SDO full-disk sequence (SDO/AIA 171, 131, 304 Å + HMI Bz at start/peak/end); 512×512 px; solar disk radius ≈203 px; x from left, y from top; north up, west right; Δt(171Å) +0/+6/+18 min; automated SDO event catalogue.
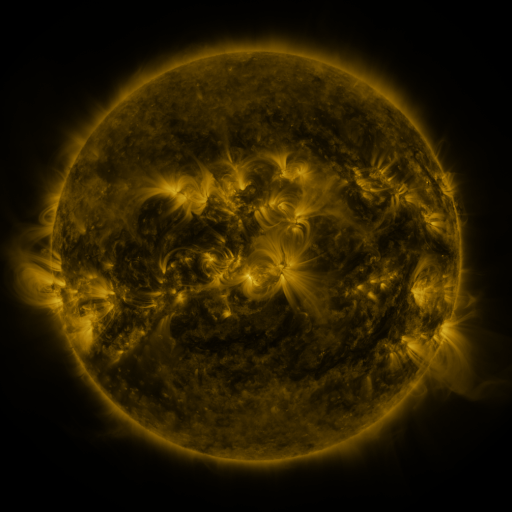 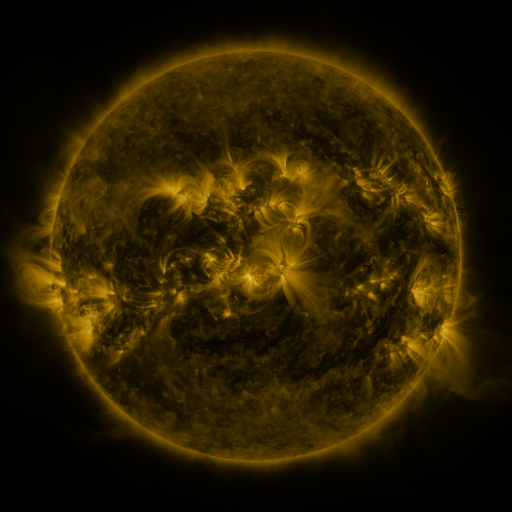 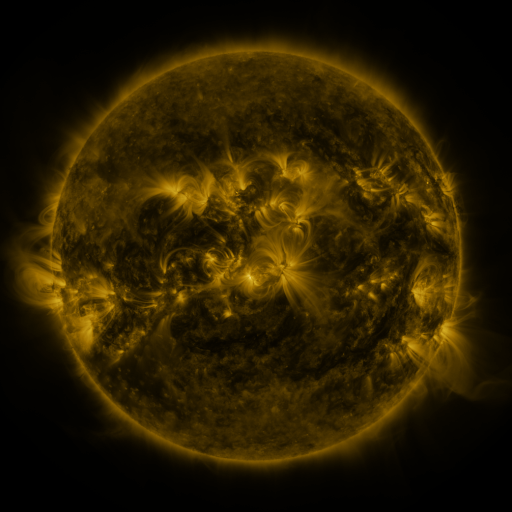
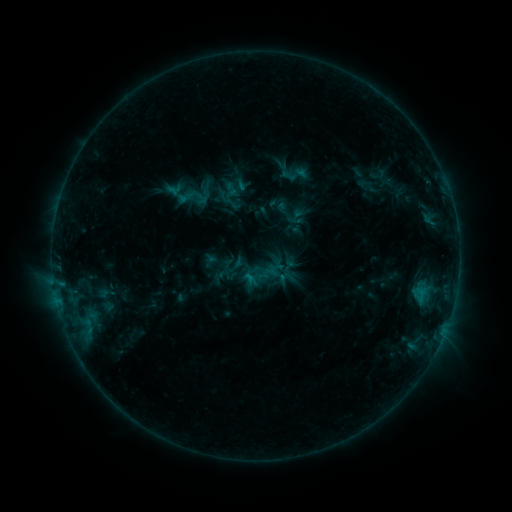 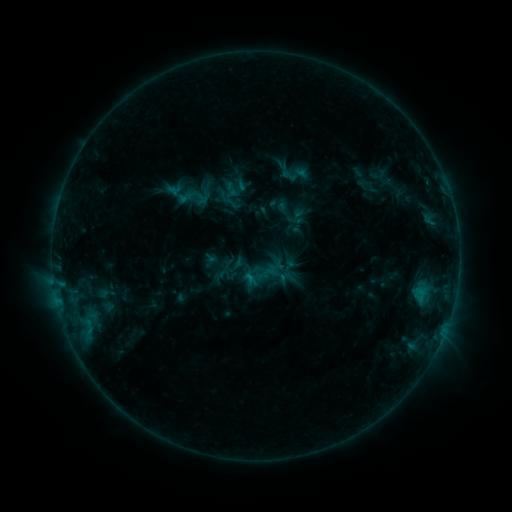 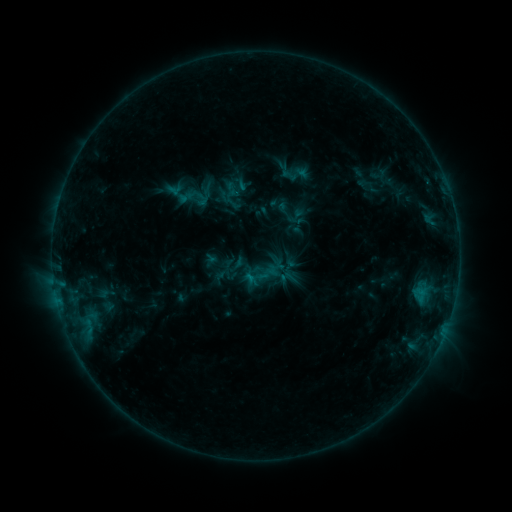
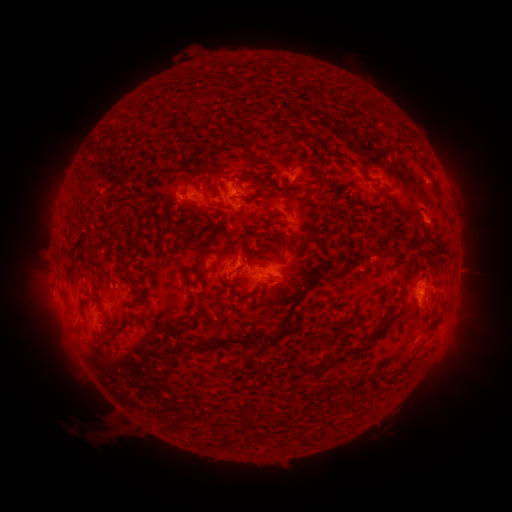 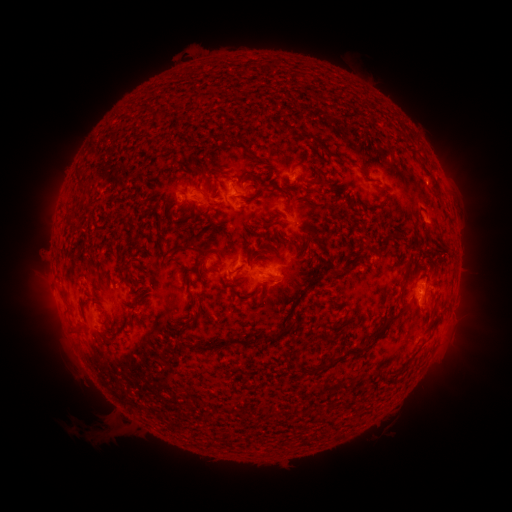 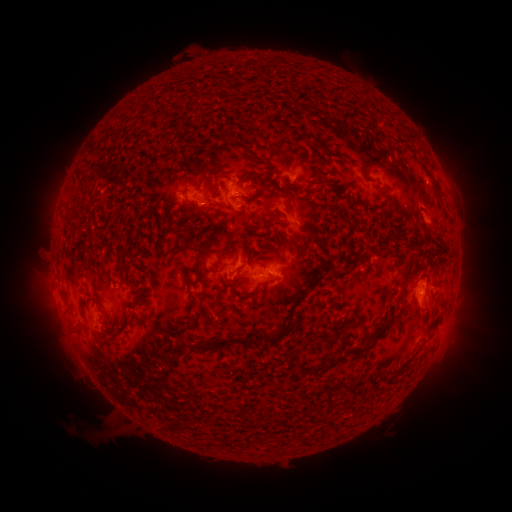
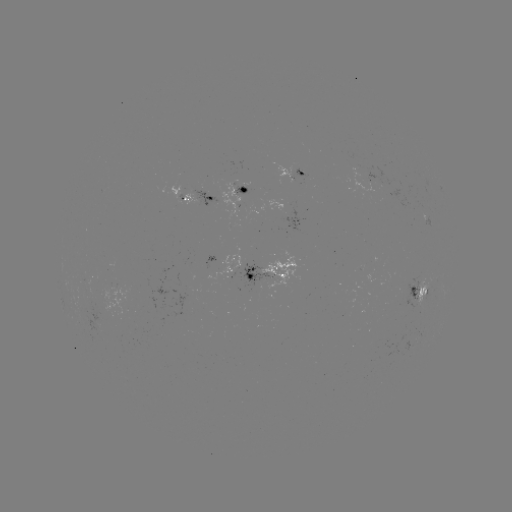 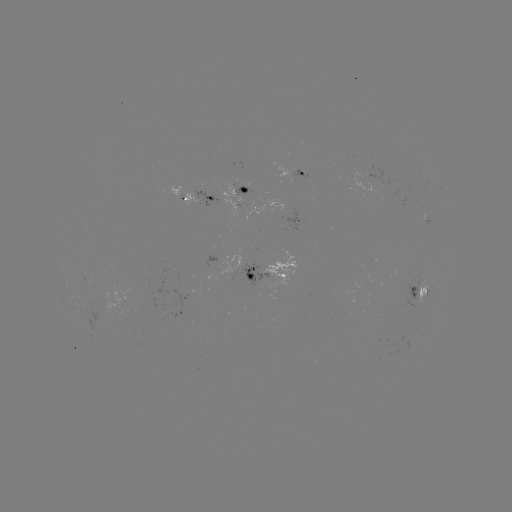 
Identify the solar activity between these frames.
no flare in any classed list; no EUV-trigger detection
